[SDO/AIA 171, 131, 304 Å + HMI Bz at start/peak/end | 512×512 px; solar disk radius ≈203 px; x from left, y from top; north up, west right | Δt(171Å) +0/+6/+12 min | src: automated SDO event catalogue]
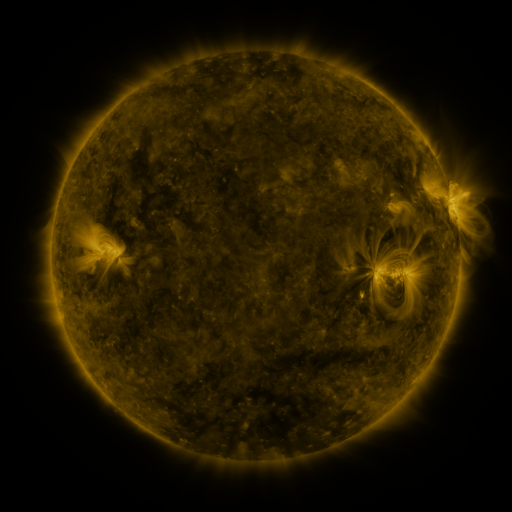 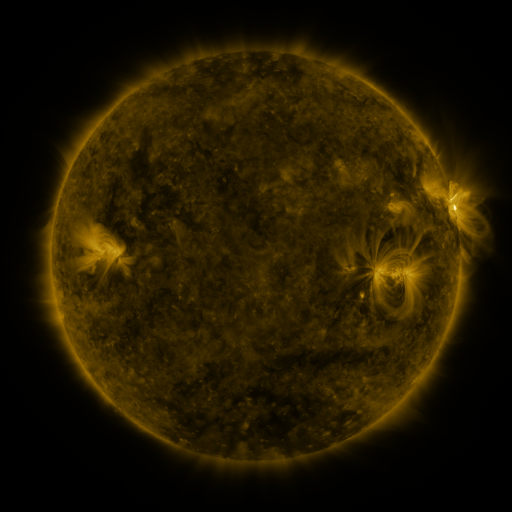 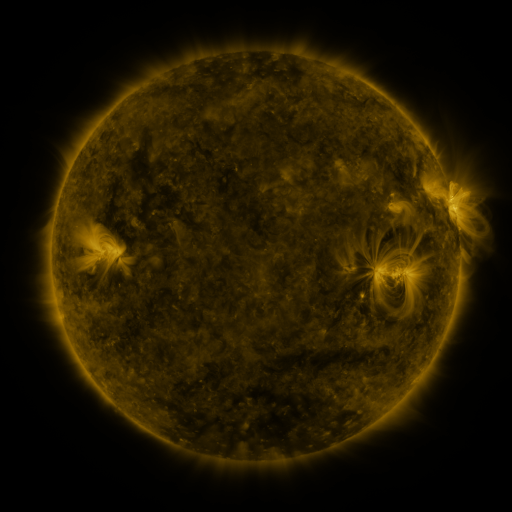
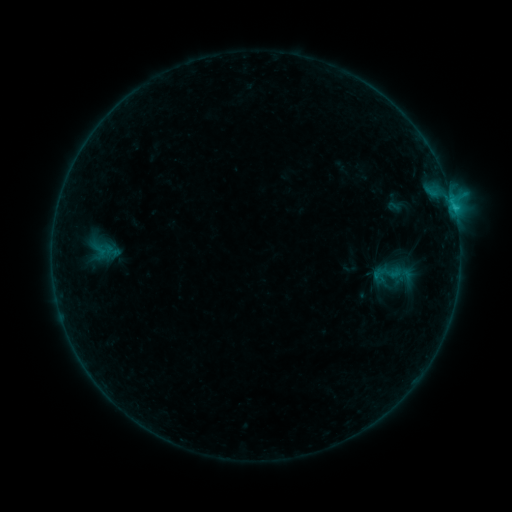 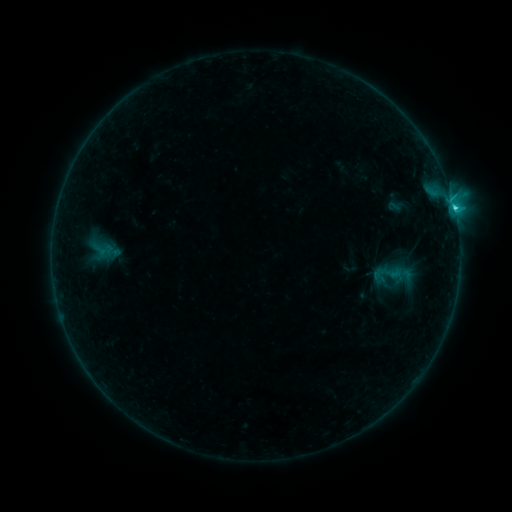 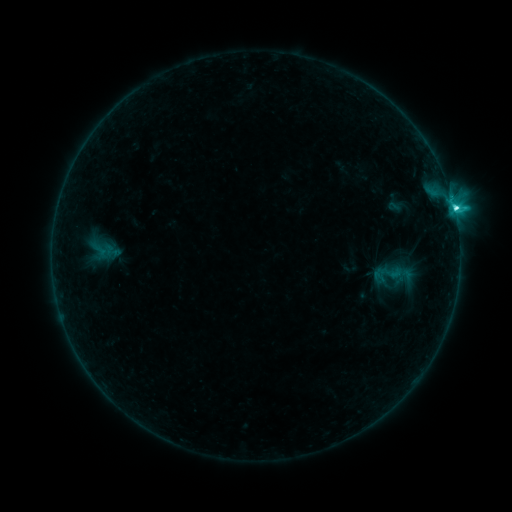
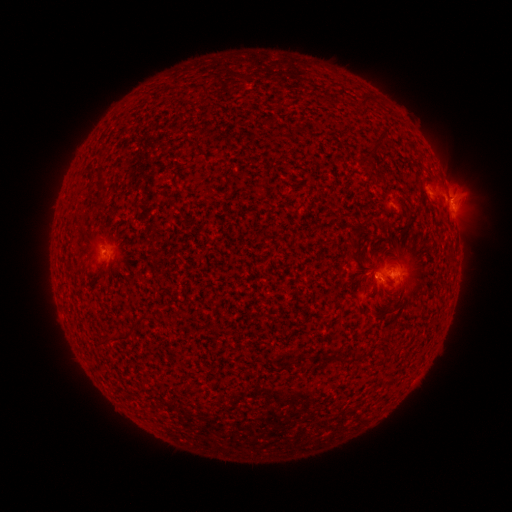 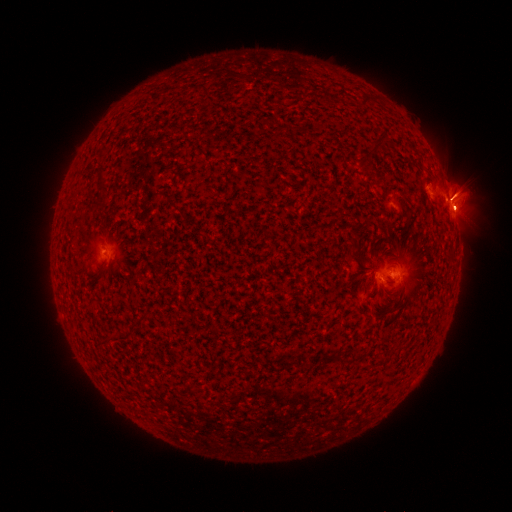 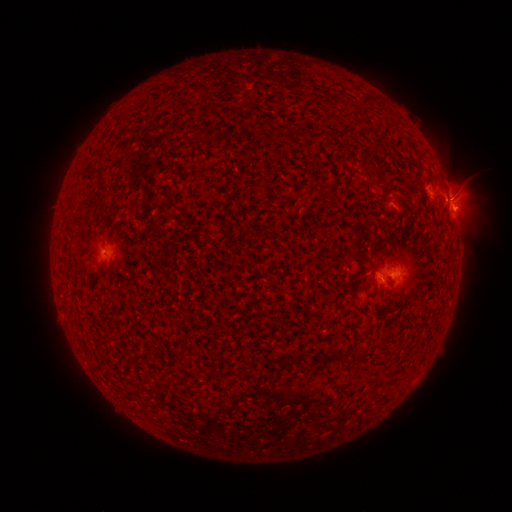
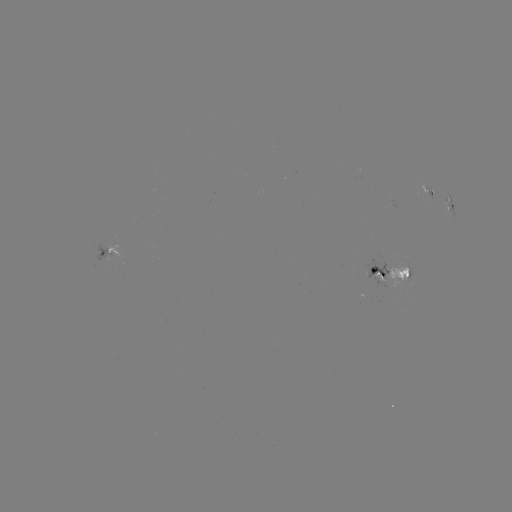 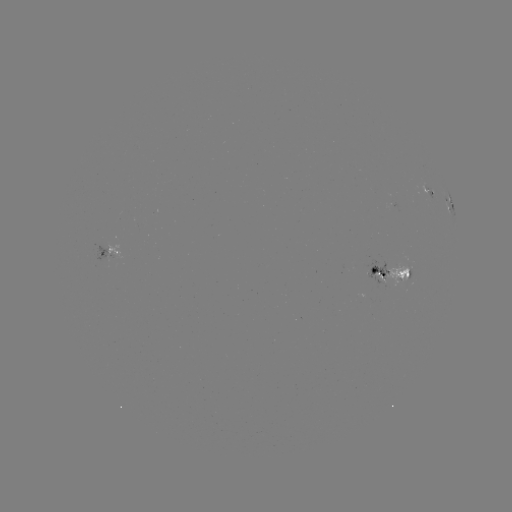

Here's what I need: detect eruption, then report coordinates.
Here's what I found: eruption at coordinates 459,202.